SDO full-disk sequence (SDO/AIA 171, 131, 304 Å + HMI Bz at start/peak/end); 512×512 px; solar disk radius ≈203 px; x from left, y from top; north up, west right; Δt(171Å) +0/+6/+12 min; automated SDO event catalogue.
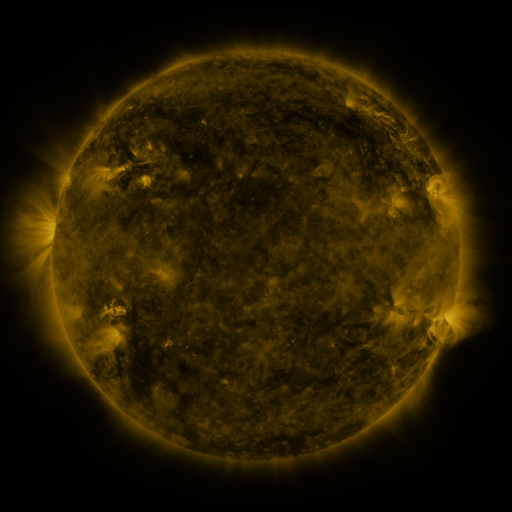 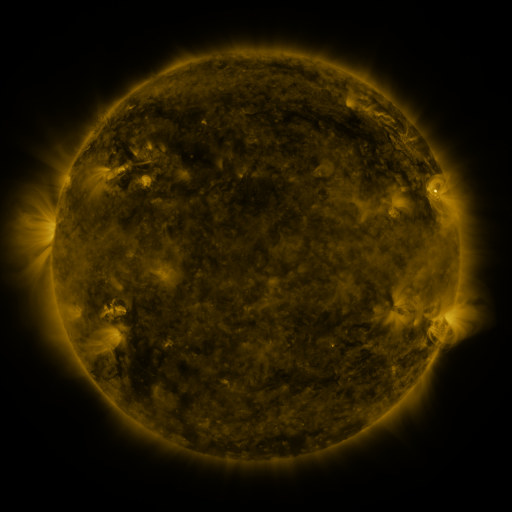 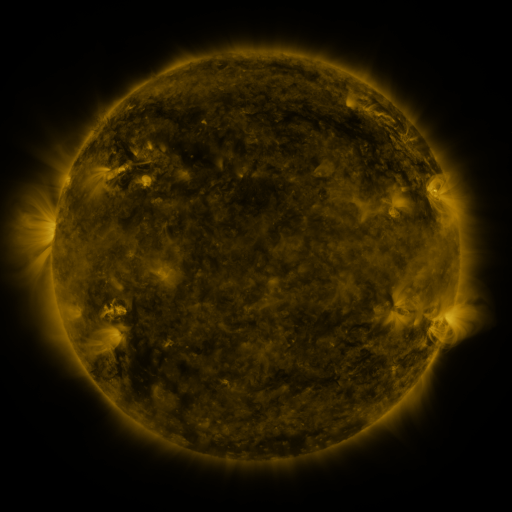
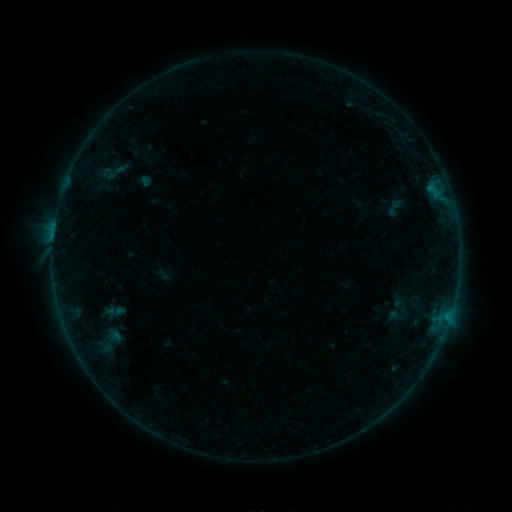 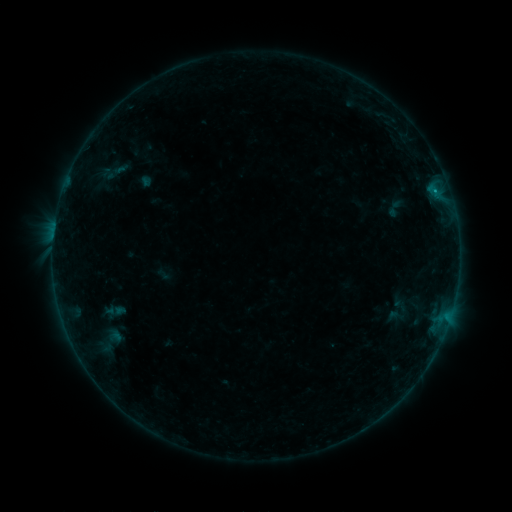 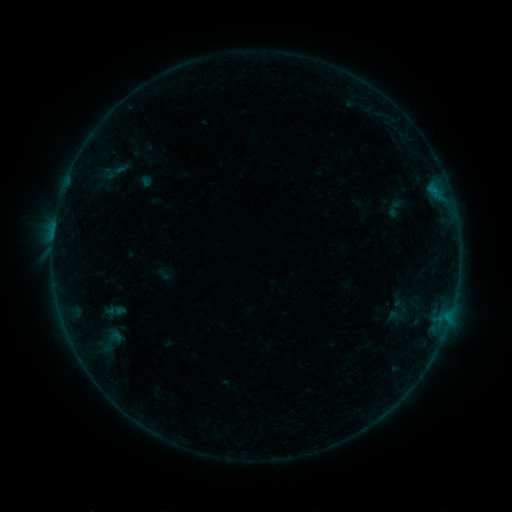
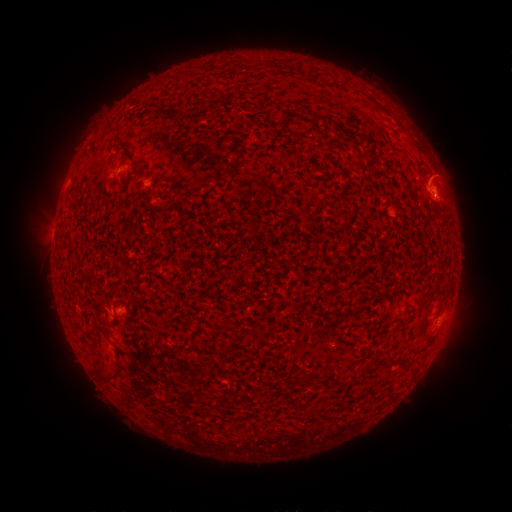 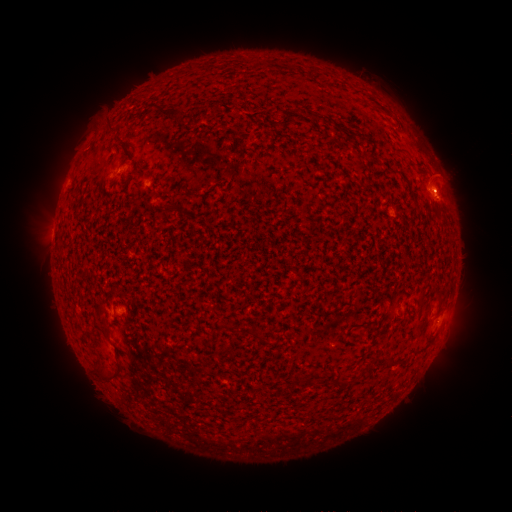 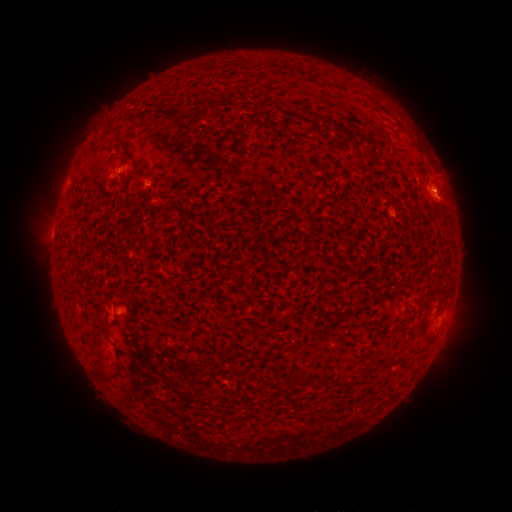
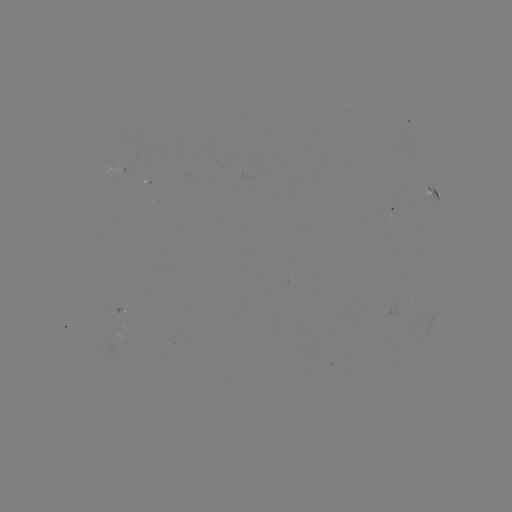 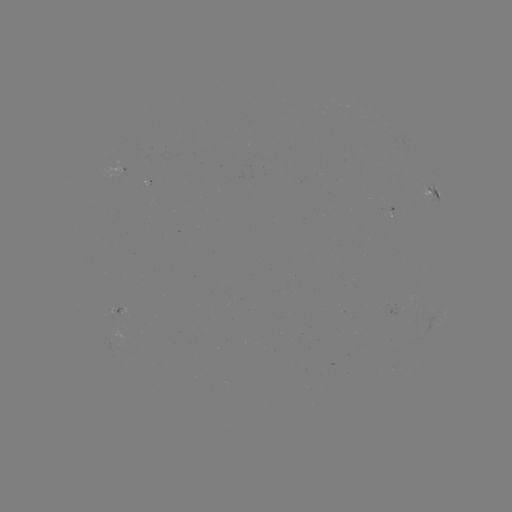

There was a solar flare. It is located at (53, 238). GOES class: B1.6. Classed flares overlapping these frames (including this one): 1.